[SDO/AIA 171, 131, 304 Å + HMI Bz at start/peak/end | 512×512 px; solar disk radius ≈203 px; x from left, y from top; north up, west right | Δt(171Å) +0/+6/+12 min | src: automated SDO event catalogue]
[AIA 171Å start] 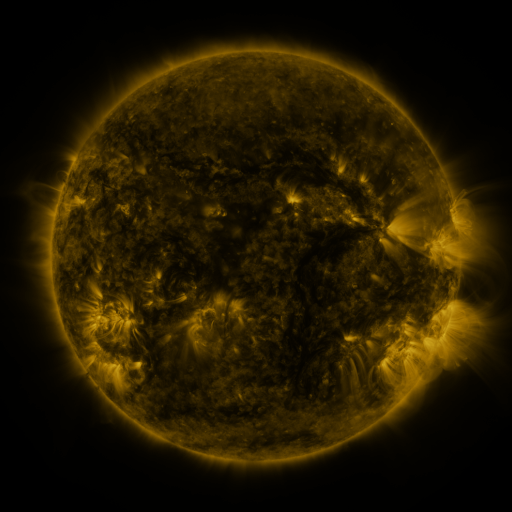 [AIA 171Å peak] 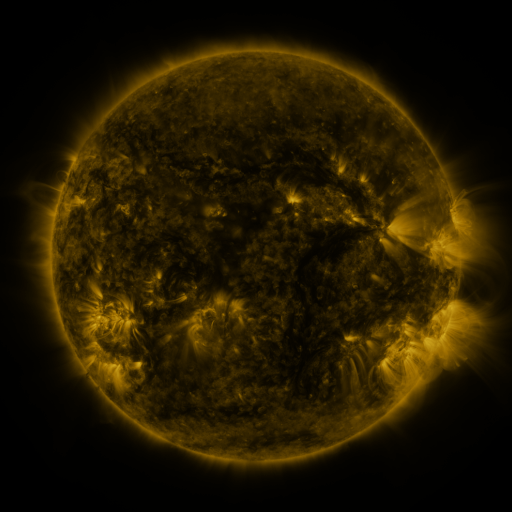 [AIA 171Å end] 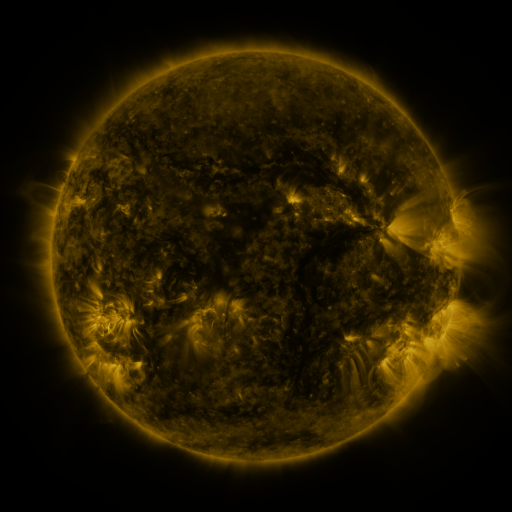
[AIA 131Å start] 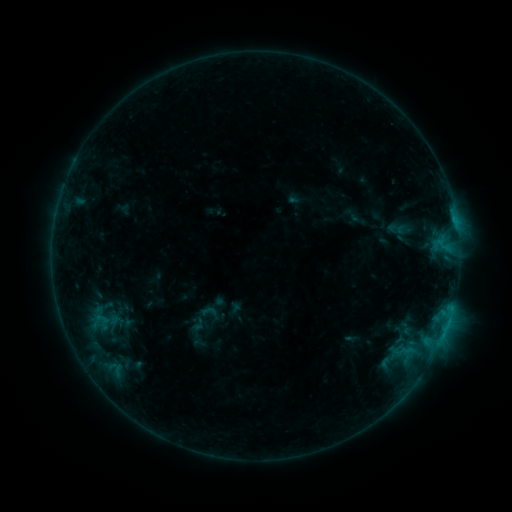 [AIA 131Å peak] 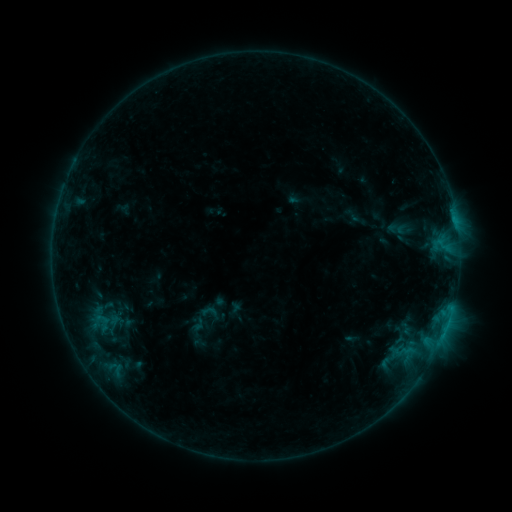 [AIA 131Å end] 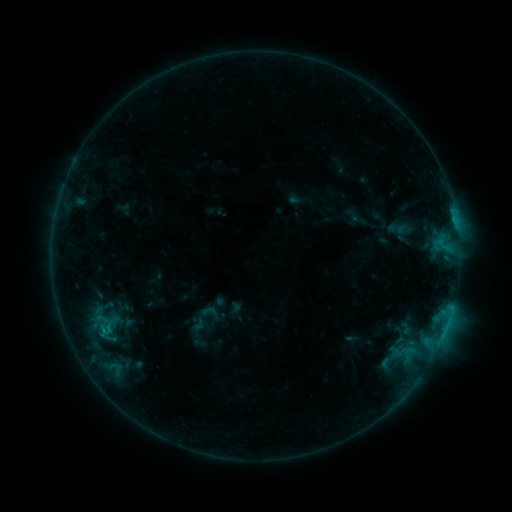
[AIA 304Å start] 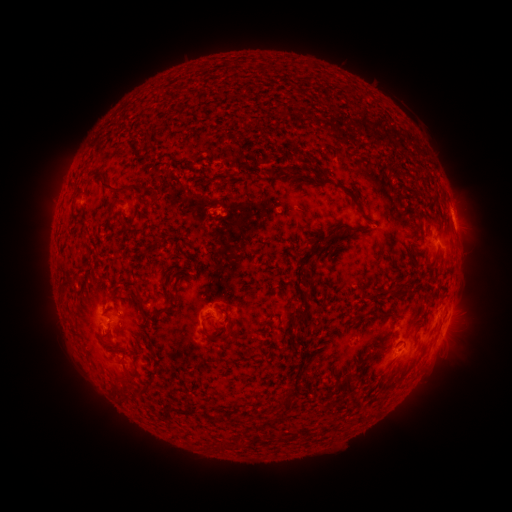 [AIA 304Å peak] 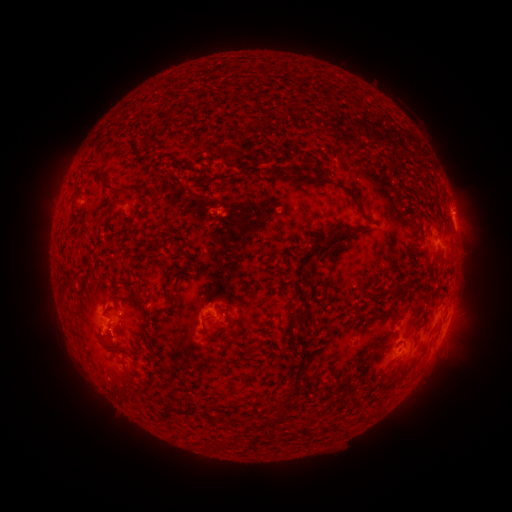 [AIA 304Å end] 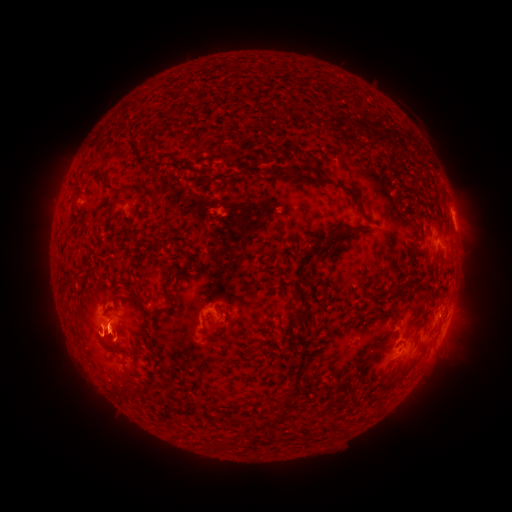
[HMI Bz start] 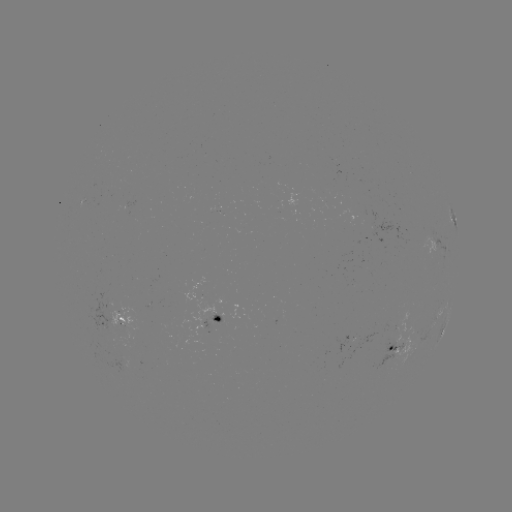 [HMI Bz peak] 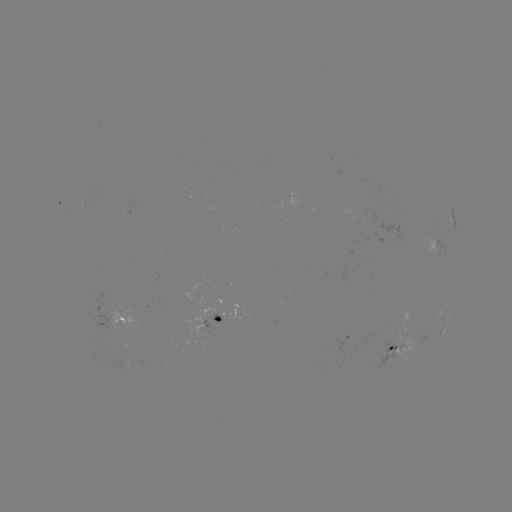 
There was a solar eruption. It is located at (464, 212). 